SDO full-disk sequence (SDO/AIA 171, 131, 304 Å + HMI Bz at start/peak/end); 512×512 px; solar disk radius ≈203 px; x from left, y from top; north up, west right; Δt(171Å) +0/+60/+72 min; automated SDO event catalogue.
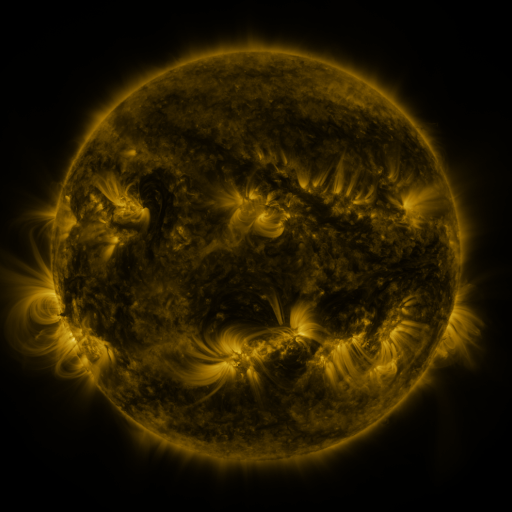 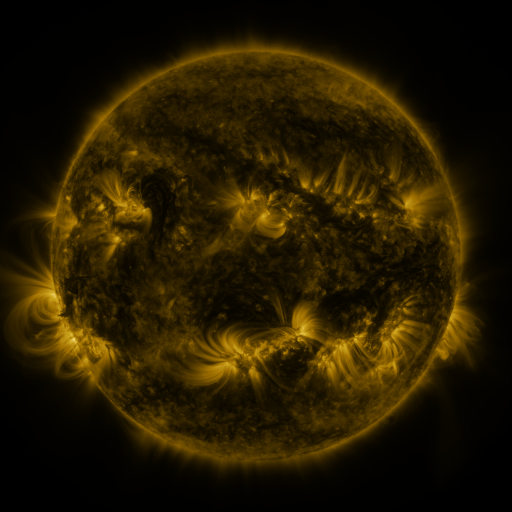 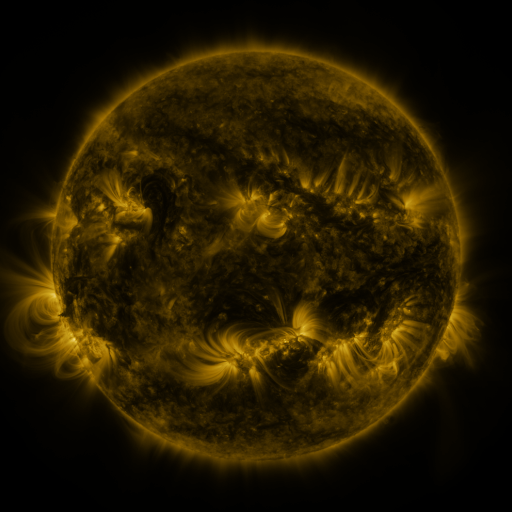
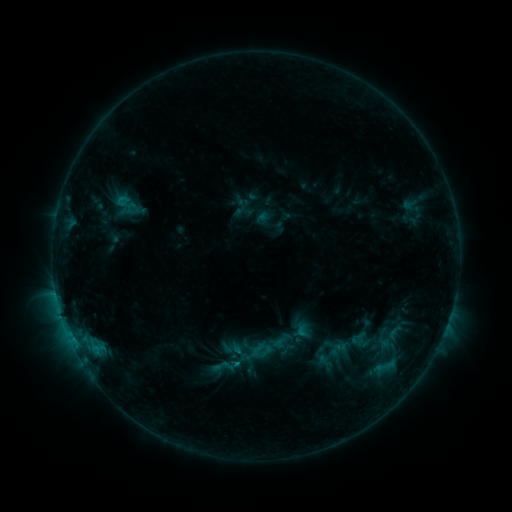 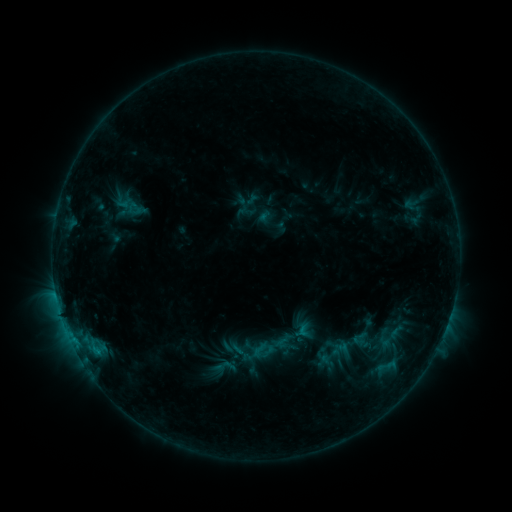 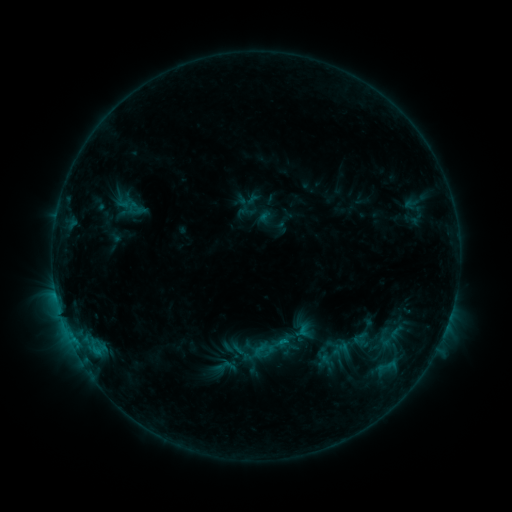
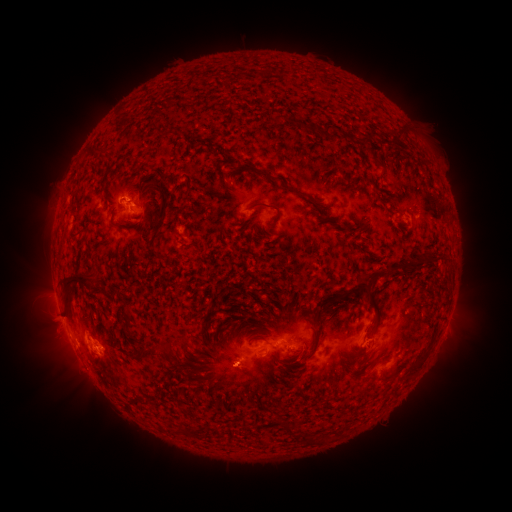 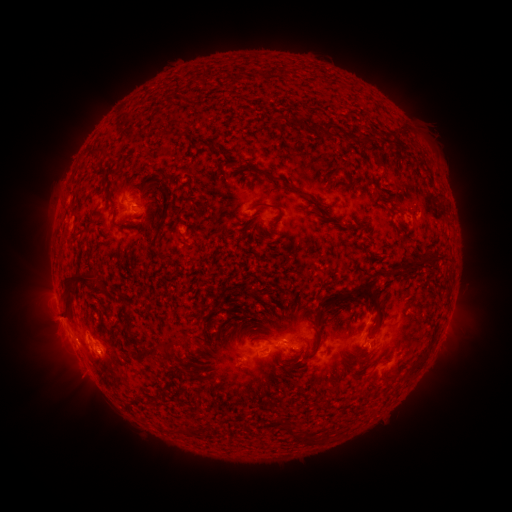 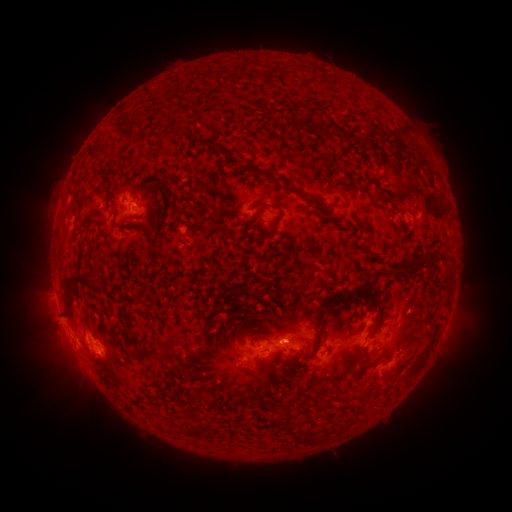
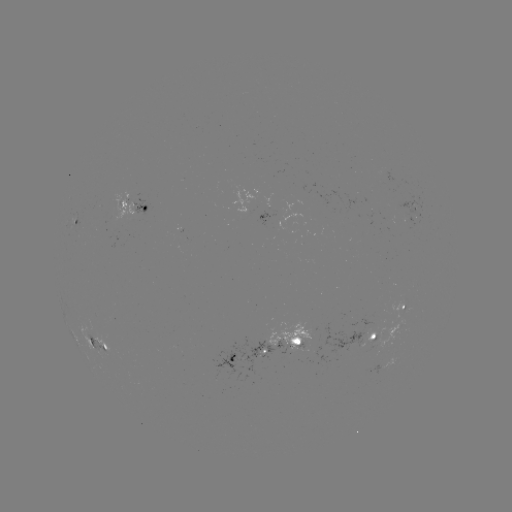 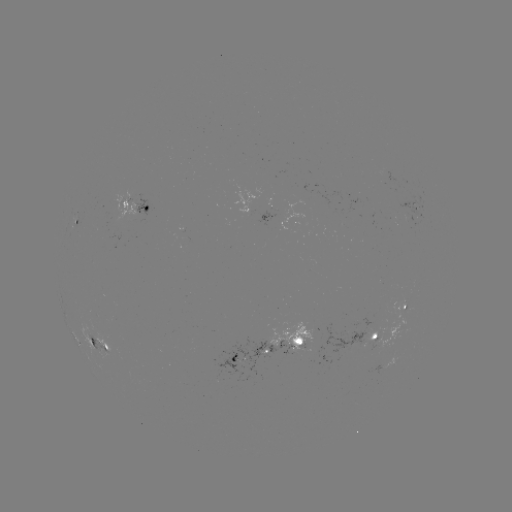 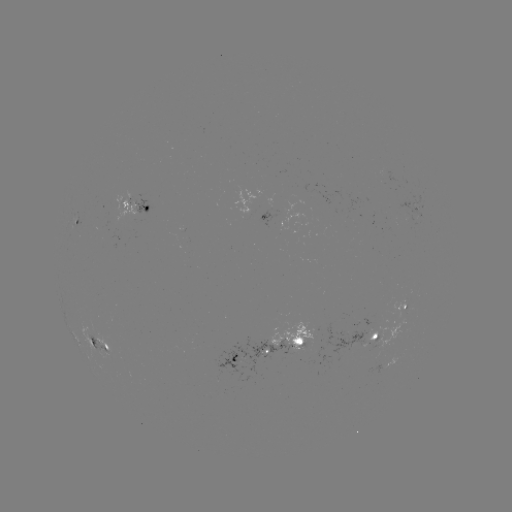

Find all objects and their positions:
emerging-flux region: (306, 192)
